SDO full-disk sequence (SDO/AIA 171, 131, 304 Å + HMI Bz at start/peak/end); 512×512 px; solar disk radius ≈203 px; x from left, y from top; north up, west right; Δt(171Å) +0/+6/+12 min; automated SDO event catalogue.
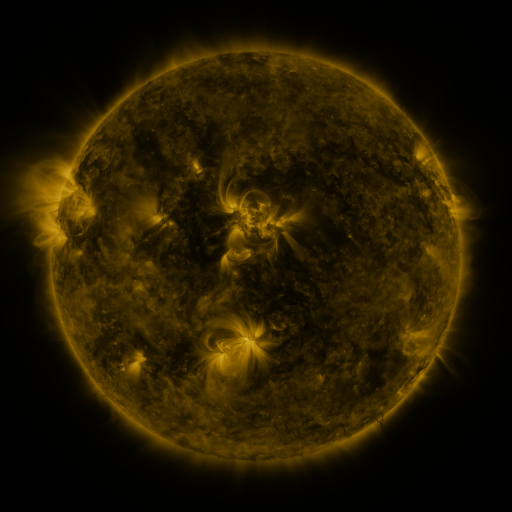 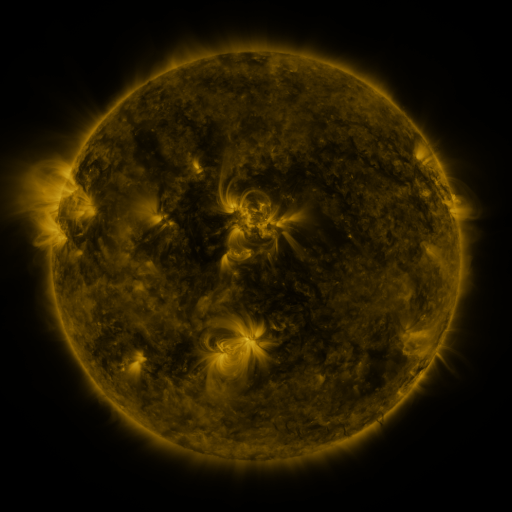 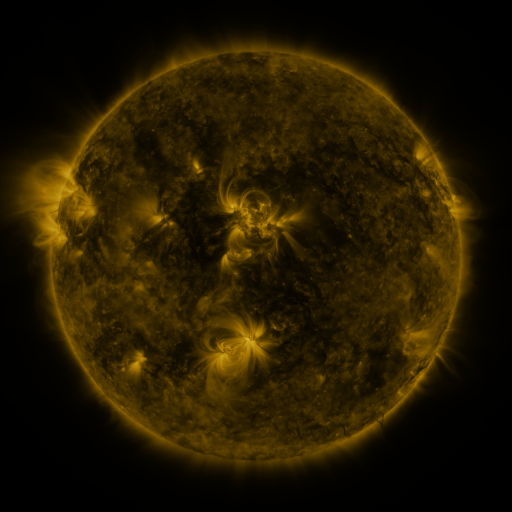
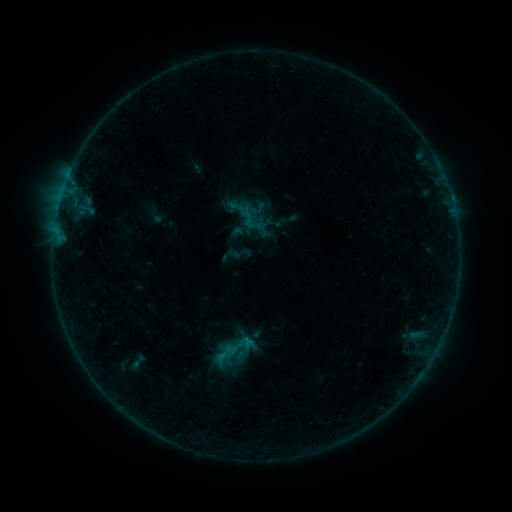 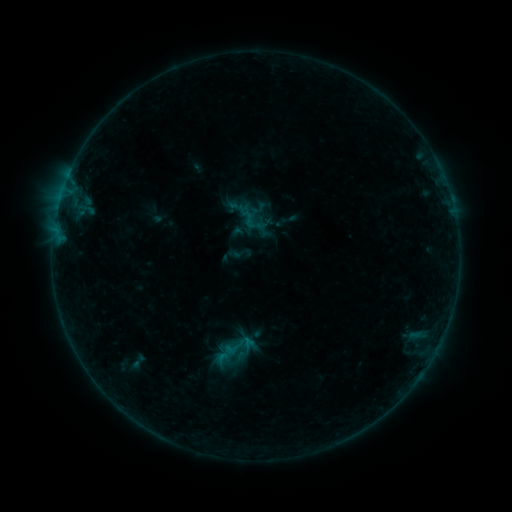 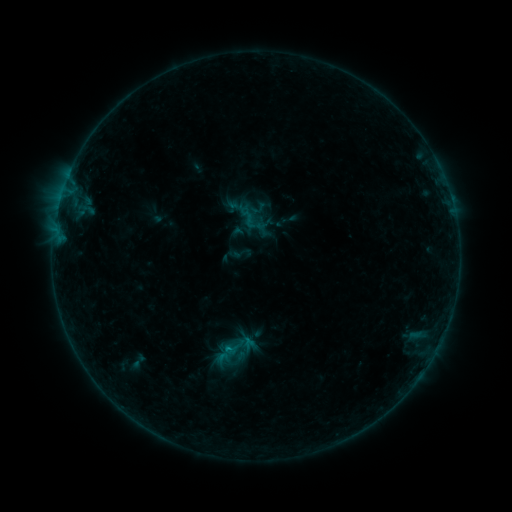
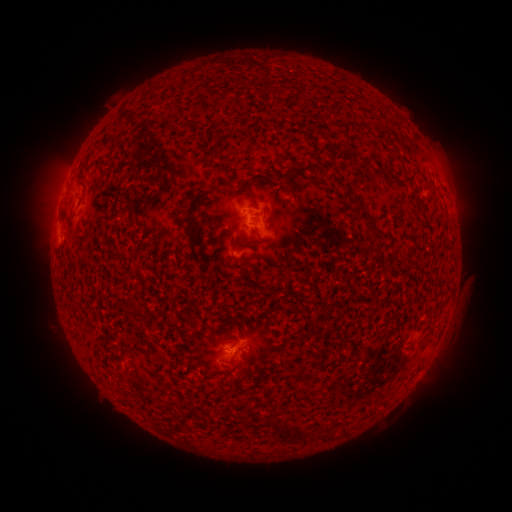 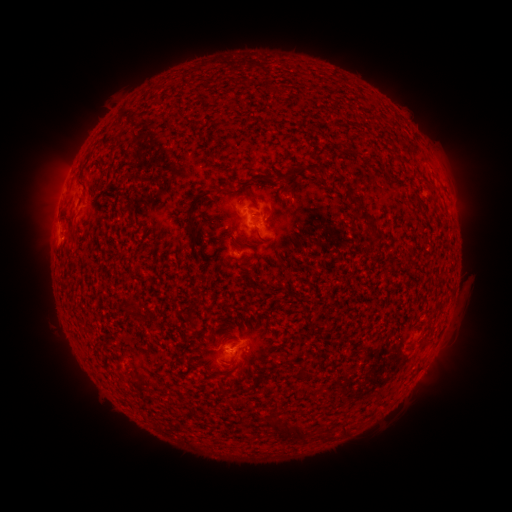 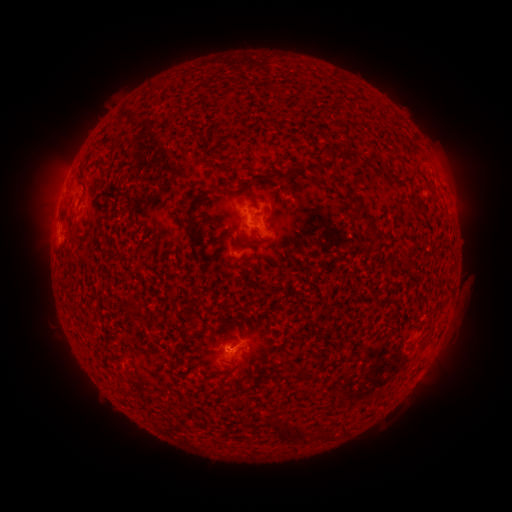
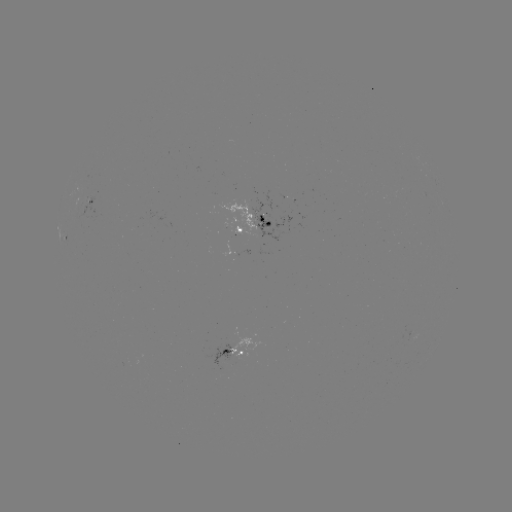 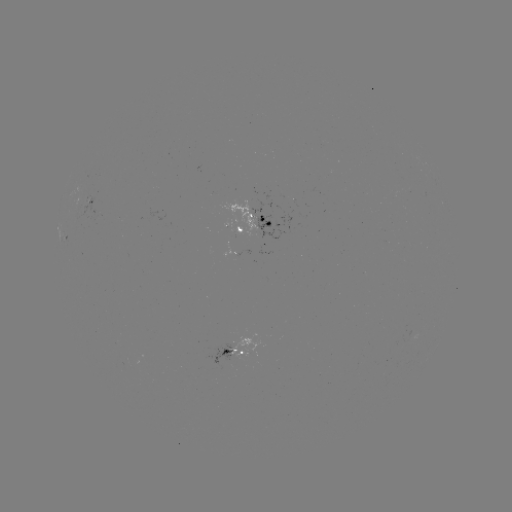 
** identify B3.5 flare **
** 229,348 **